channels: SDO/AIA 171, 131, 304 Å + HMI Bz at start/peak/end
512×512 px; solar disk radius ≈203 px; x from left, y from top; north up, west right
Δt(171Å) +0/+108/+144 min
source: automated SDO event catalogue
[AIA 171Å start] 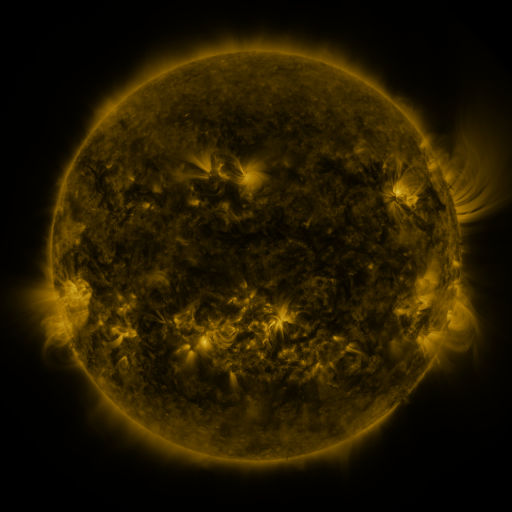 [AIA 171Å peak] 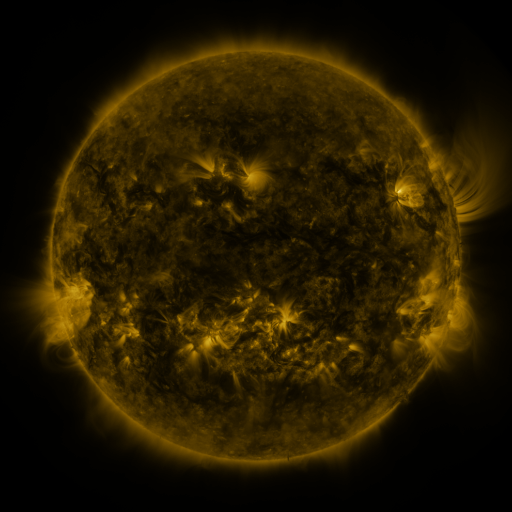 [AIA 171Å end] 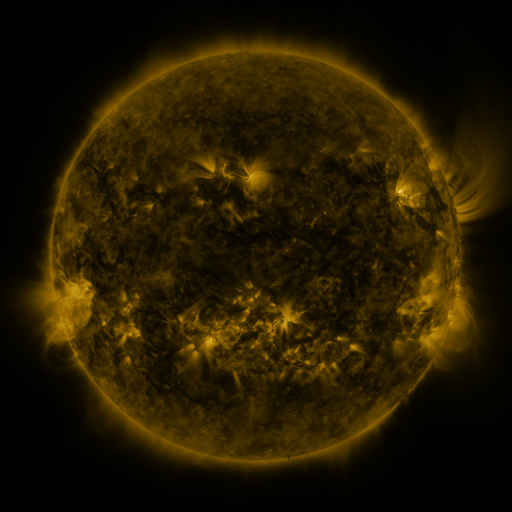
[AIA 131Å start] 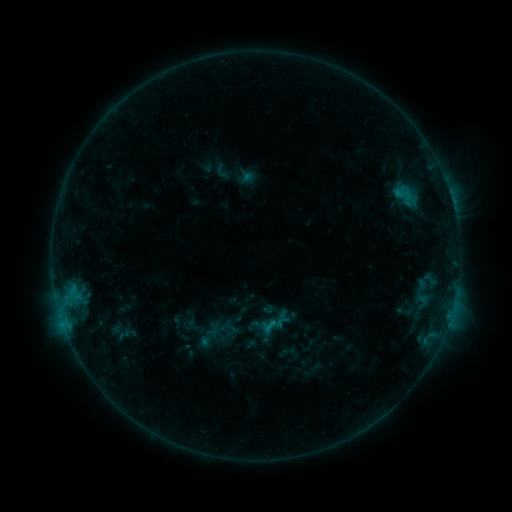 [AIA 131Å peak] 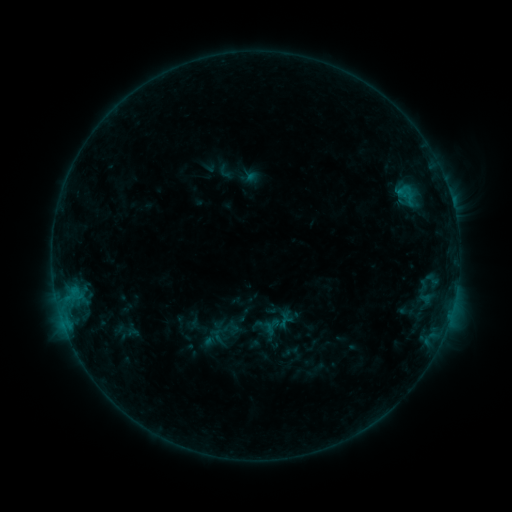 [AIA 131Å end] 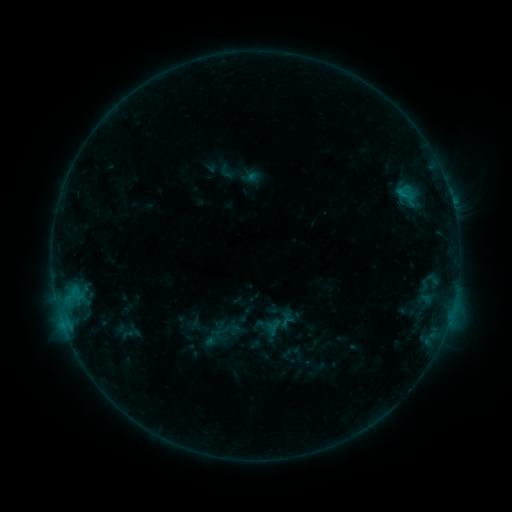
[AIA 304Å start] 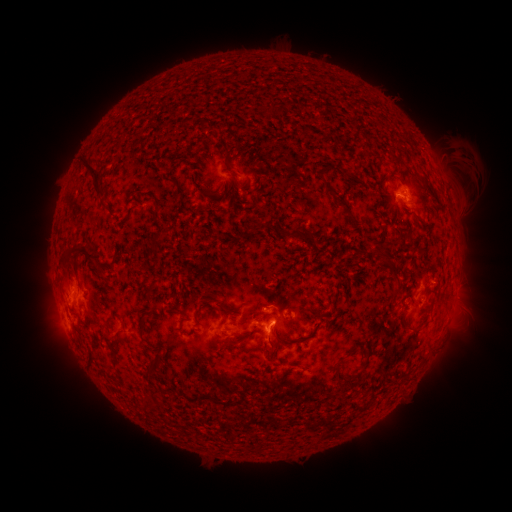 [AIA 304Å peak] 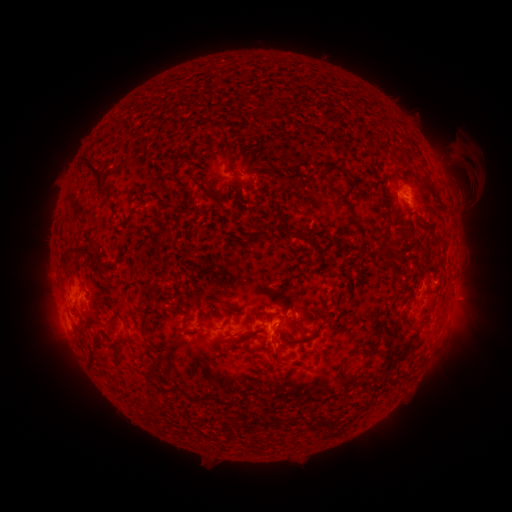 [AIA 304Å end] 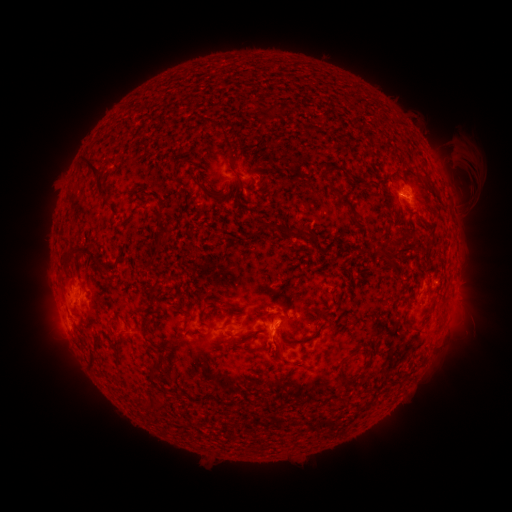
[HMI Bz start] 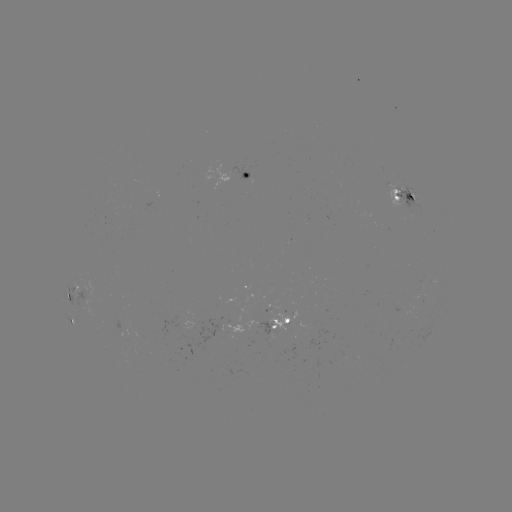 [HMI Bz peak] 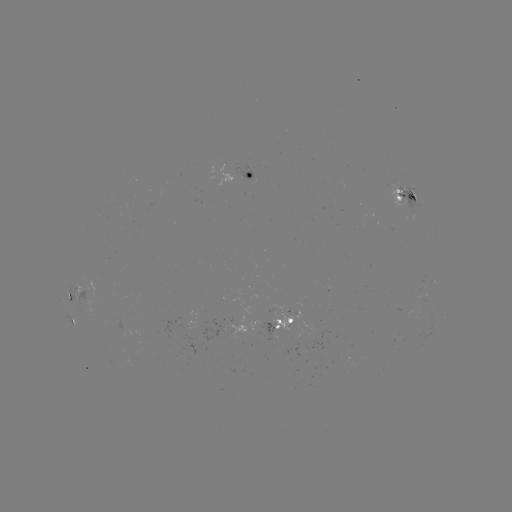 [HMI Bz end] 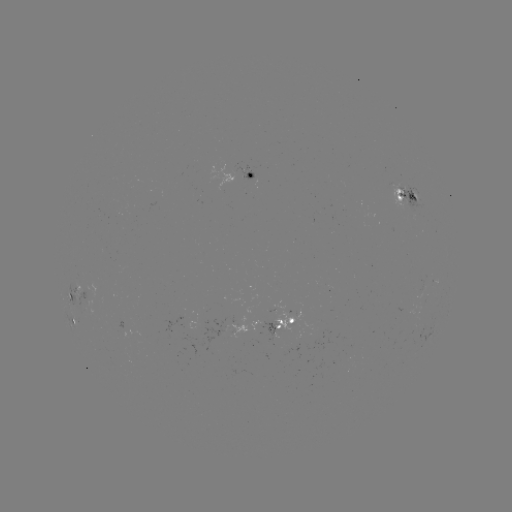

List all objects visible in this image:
emerging-flux region: (406, 192)
